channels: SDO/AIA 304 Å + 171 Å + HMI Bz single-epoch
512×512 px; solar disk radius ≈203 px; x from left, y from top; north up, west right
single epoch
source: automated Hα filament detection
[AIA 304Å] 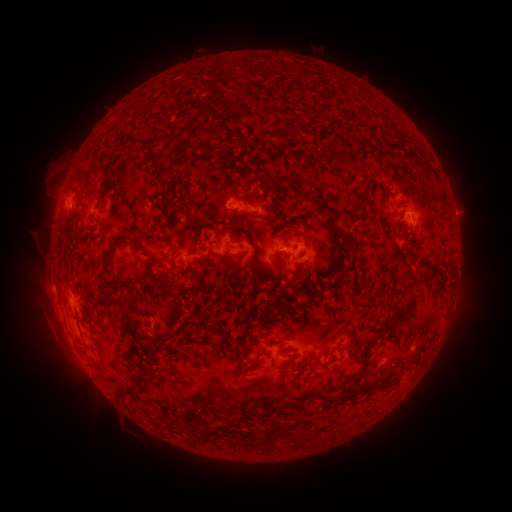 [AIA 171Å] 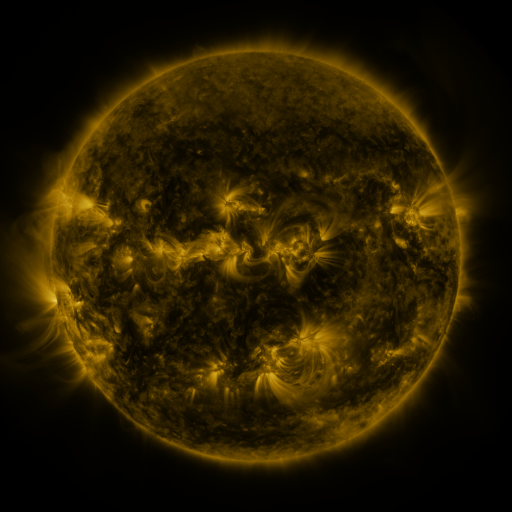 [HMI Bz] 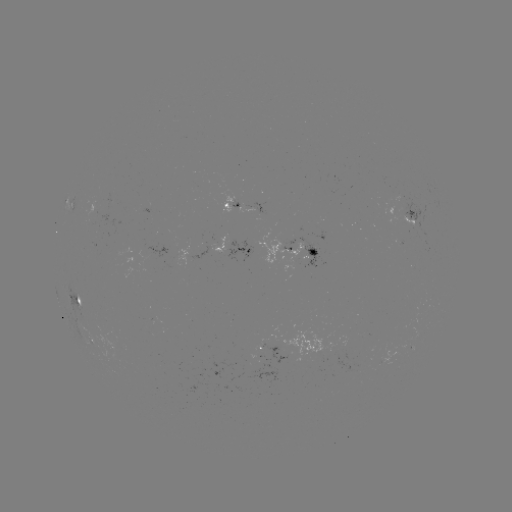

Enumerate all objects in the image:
filament: (153, 116, 163, 129)
filament: (323, 128, 334, 135)
filament: (340, 132, 350, 141)
filament: (144, 143, 167, 211)
filament: (203, 147, 231, 161)
filament: (261, 173, 270, 182)
filament: (379, 189, 386, 202)
filament: (325, 220, 339, 238)
filament: (100, 236, 150, 290)
filament: (253, 243, 278, 282)
filament: (170, 254, 178, 267)
filament: (422, 264, 438, 277)
filament: (149, 270, 166, 285)
filament: (249, 275, 257, 286)
filament: (103, 292, 134, 307)
filament: (257, 305, 271, 320)
filament: (79, 317, 90, 325)
filament: (182, 318, 199, 329)
filament: (350, 336, 378, 384)
filament: (244, 346, 267, 372)
filament: (409, 355, 423, 363)
filament: (134, 359, 152, 382)
filament: (352, 372, 393, 395)
filament: (326, 384, 341, 392)
